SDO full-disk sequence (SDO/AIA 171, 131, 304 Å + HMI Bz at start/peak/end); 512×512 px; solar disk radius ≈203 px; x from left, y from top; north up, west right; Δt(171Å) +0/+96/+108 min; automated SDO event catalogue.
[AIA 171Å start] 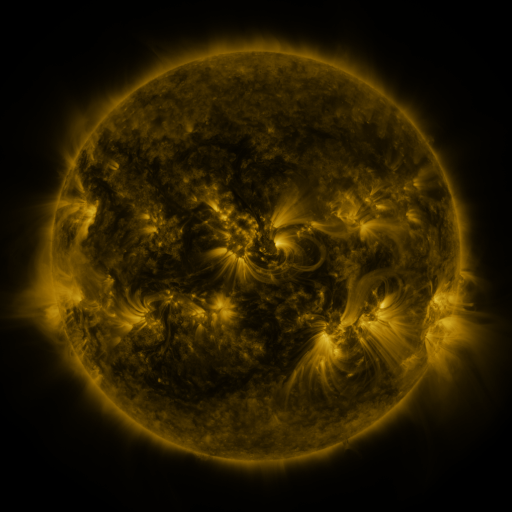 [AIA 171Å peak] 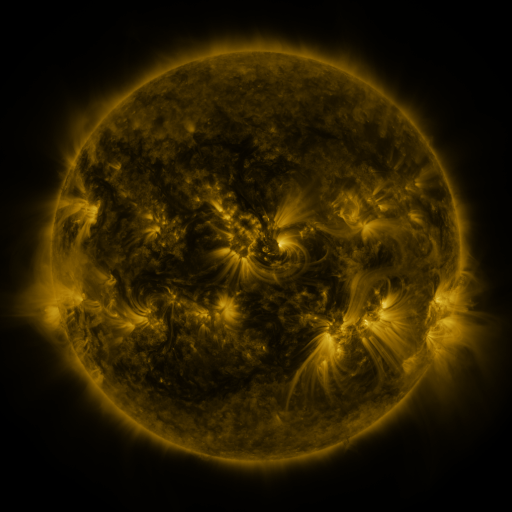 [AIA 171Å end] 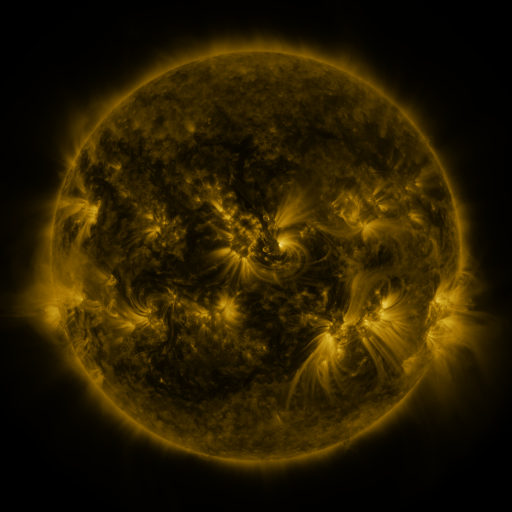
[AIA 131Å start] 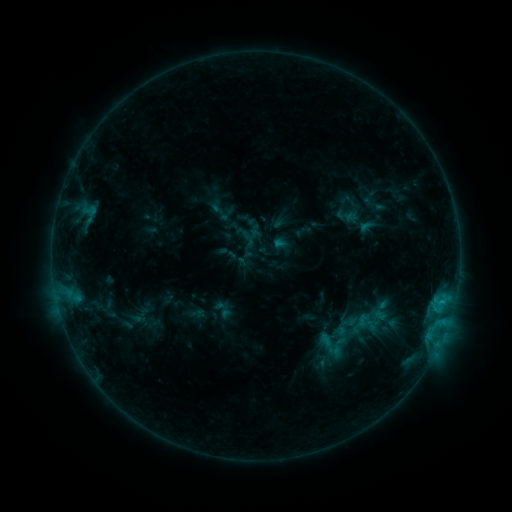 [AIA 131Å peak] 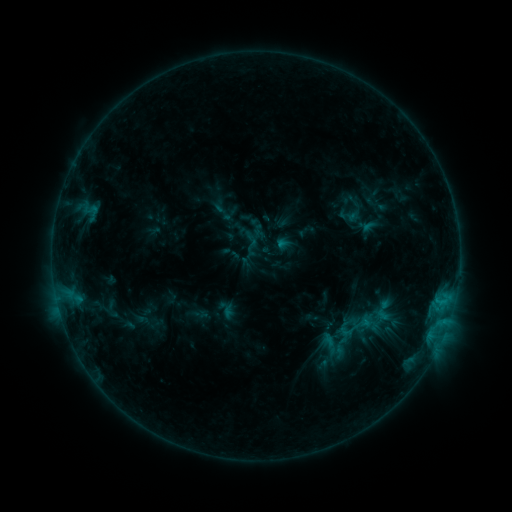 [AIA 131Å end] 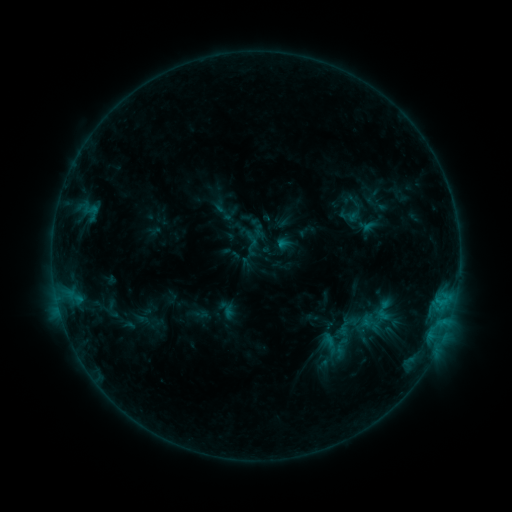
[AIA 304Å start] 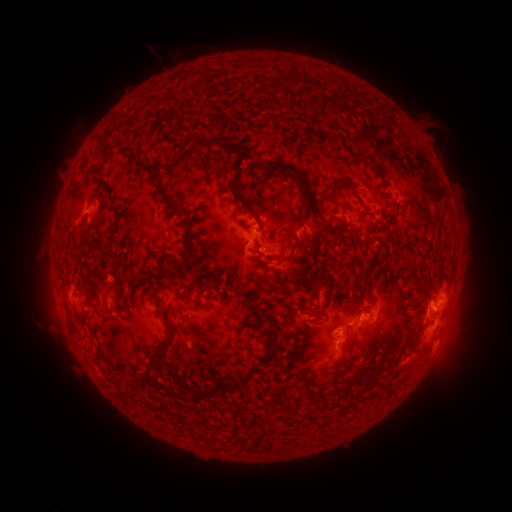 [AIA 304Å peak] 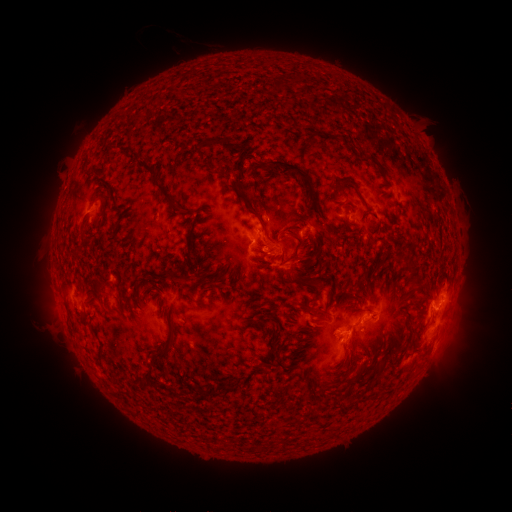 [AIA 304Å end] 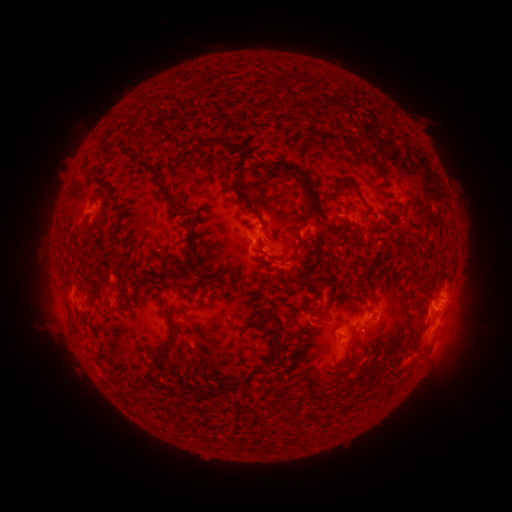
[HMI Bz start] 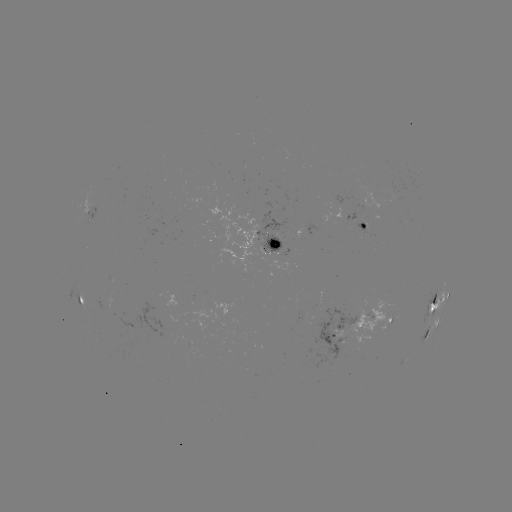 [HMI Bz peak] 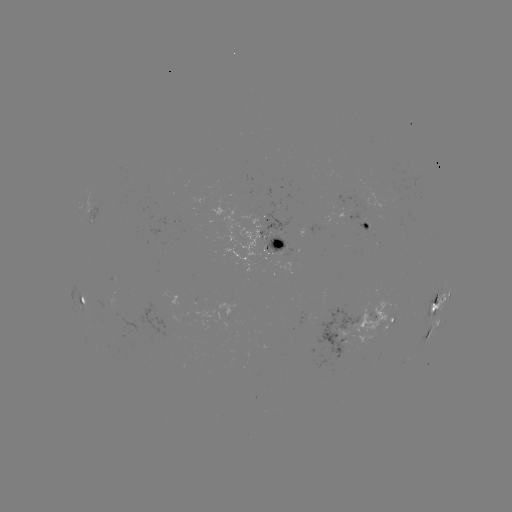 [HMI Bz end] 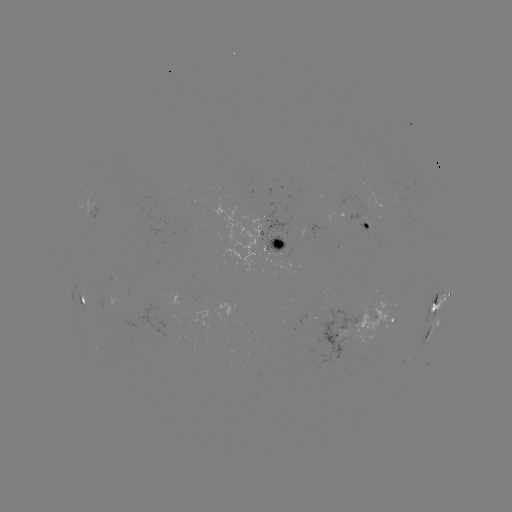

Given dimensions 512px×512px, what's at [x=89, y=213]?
emerging-flux region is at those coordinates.